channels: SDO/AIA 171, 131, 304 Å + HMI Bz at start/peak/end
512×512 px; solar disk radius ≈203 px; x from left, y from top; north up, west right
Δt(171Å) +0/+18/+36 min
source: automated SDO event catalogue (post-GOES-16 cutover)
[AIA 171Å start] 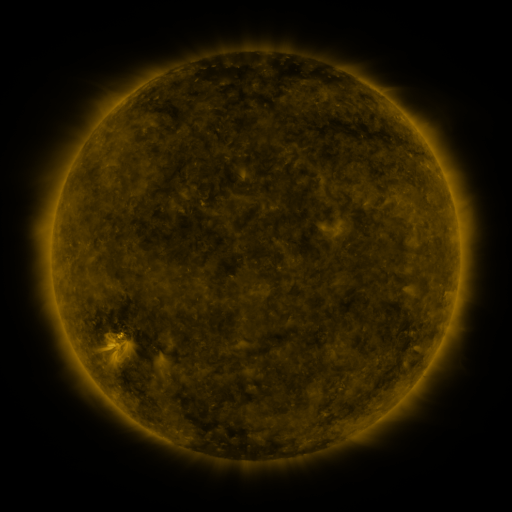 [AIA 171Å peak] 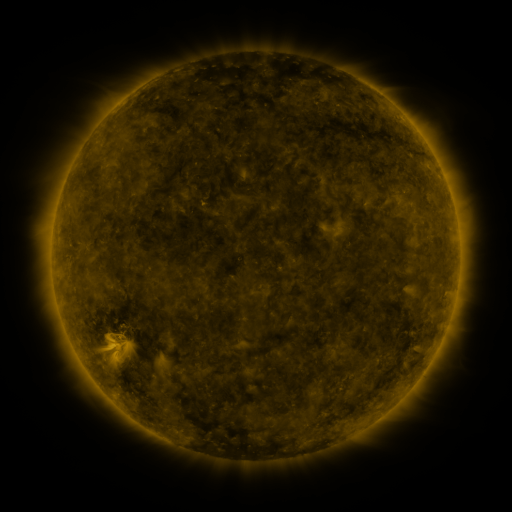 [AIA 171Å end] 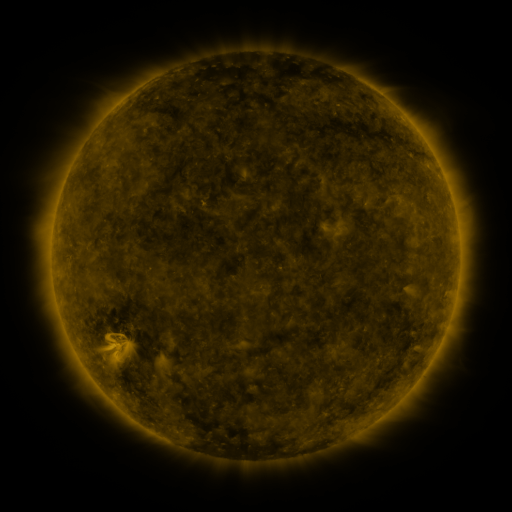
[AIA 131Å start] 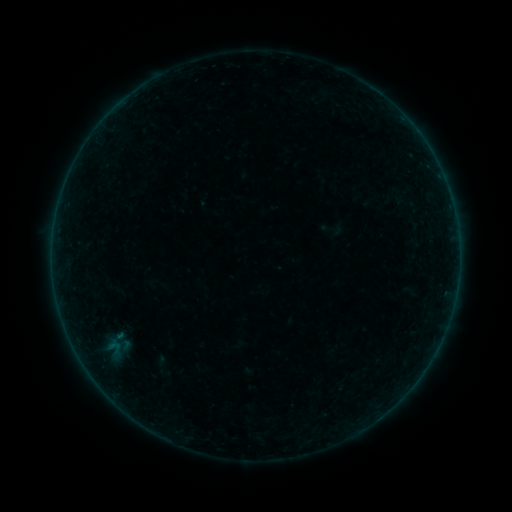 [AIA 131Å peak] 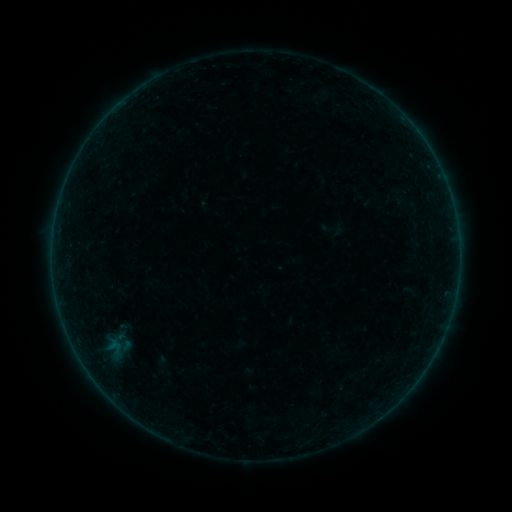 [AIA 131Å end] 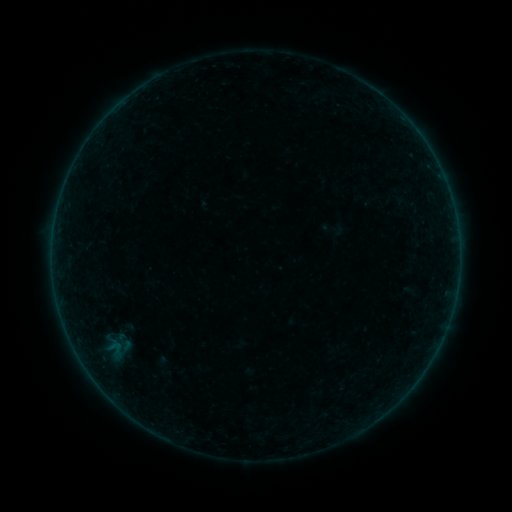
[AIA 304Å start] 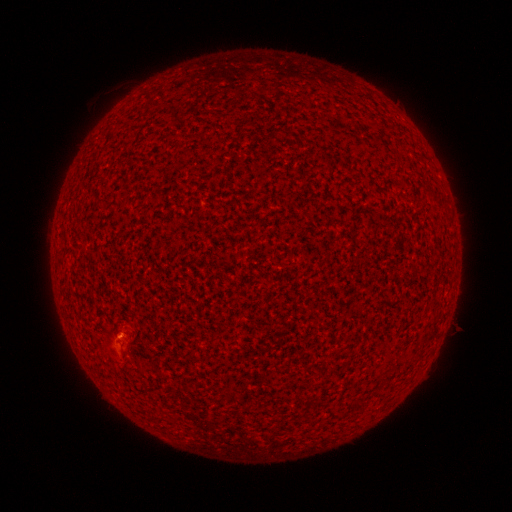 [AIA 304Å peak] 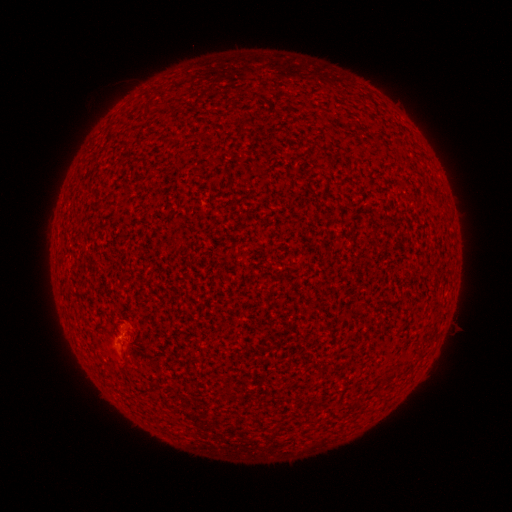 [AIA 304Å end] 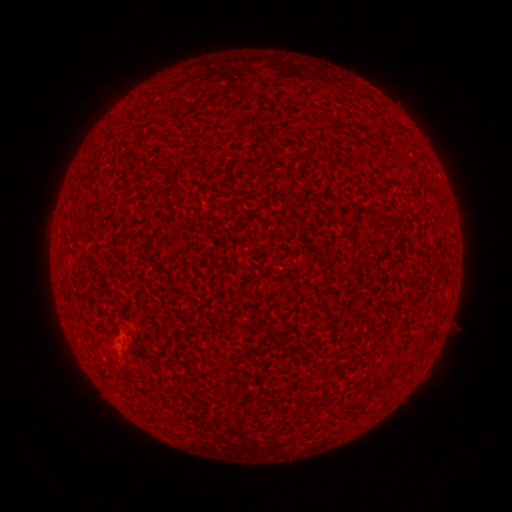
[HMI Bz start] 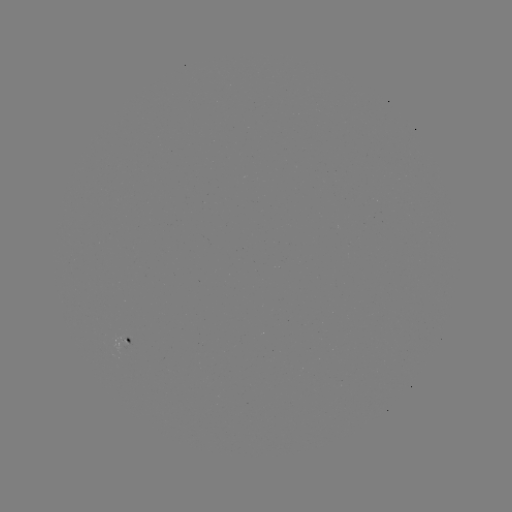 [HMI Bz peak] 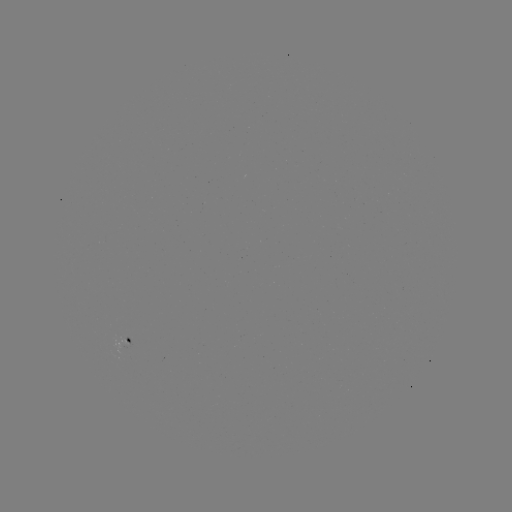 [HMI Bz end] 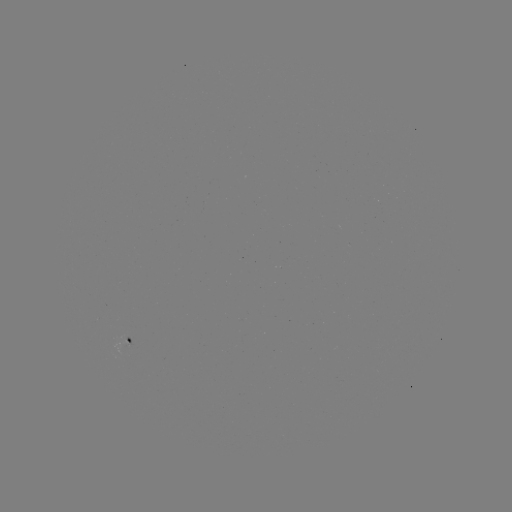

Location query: A3.6 flare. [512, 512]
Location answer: [122, 334].